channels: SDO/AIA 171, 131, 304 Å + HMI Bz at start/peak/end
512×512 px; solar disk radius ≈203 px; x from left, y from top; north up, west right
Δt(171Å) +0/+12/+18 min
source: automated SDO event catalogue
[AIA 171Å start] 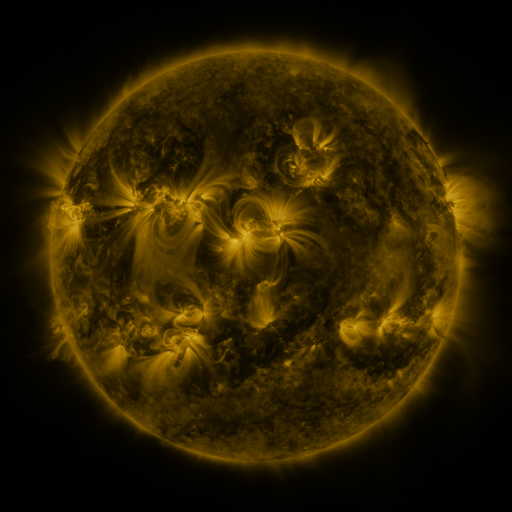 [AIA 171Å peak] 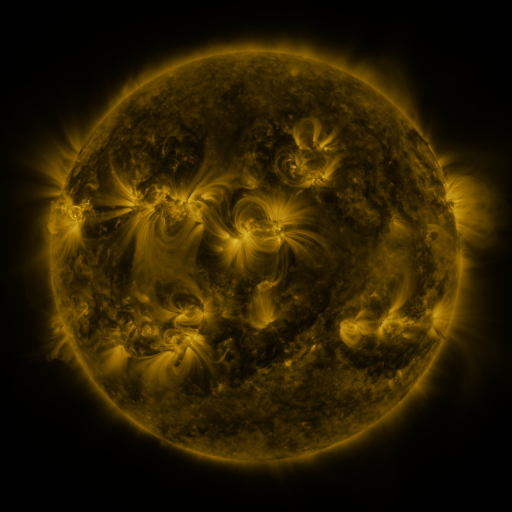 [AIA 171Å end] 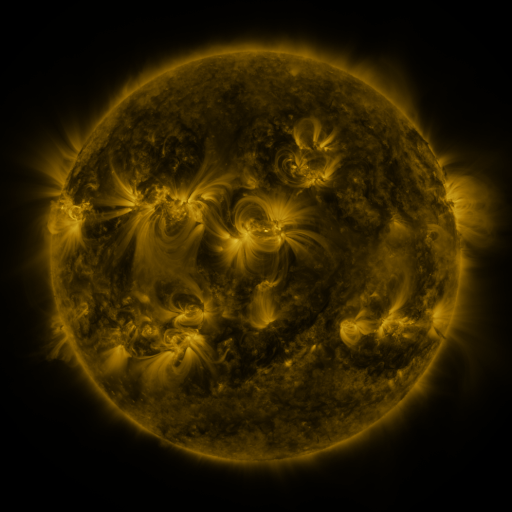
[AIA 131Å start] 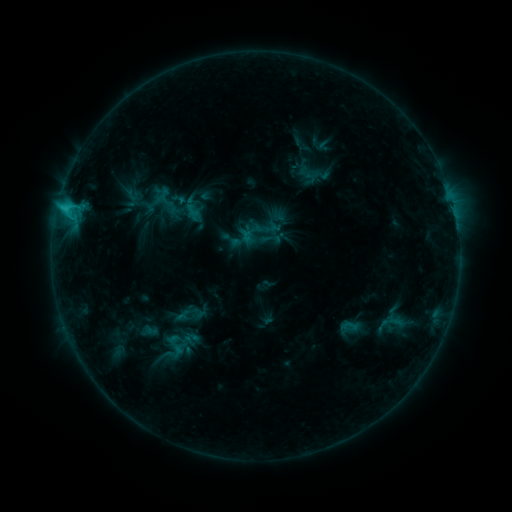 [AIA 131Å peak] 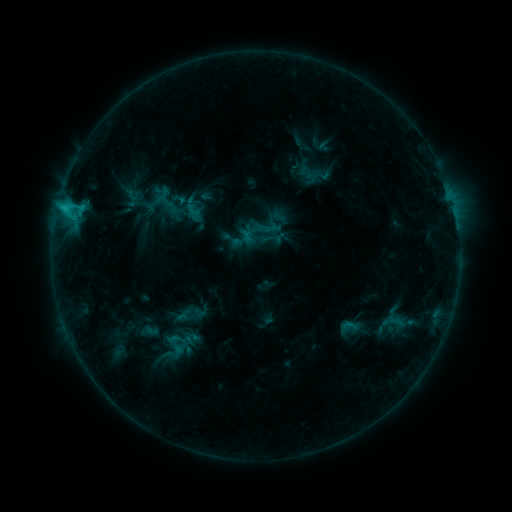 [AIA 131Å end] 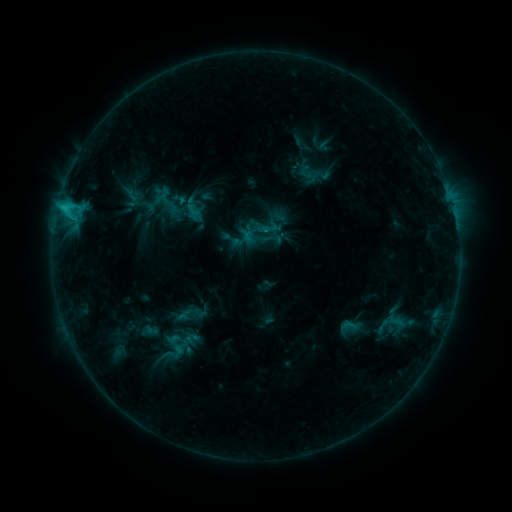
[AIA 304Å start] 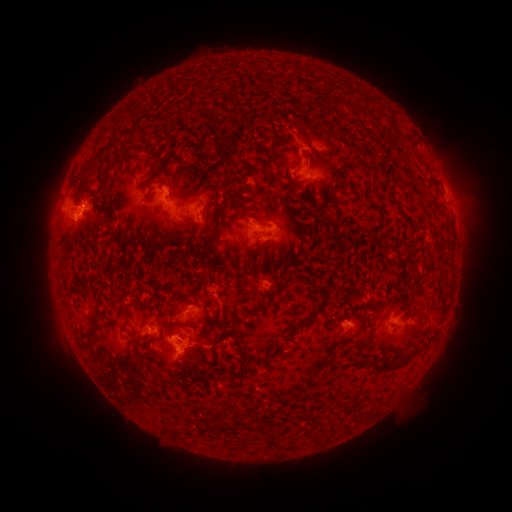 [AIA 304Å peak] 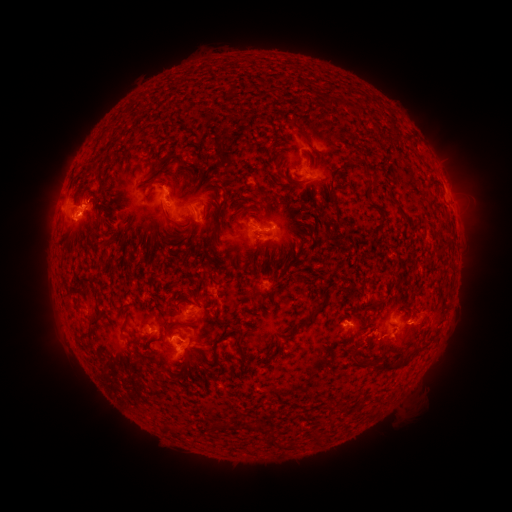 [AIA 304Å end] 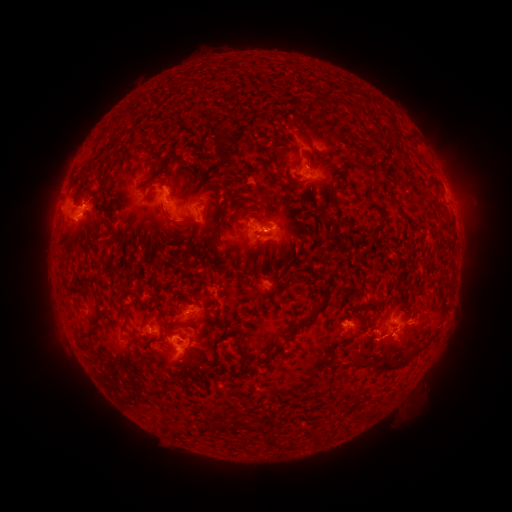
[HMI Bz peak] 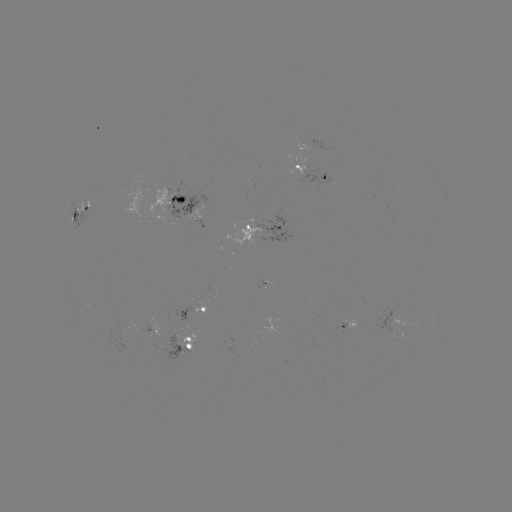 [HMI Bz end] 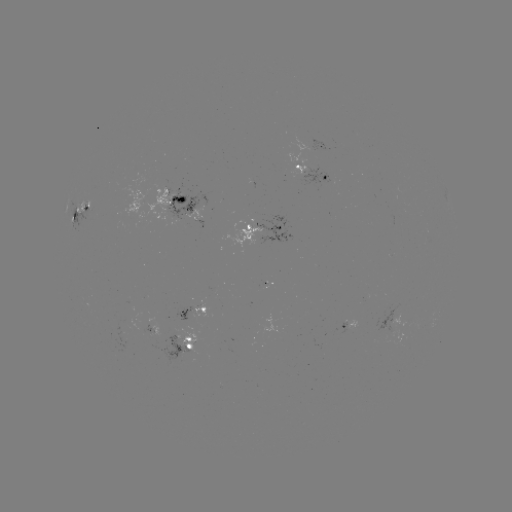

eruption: (342, 297, 445, 373)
